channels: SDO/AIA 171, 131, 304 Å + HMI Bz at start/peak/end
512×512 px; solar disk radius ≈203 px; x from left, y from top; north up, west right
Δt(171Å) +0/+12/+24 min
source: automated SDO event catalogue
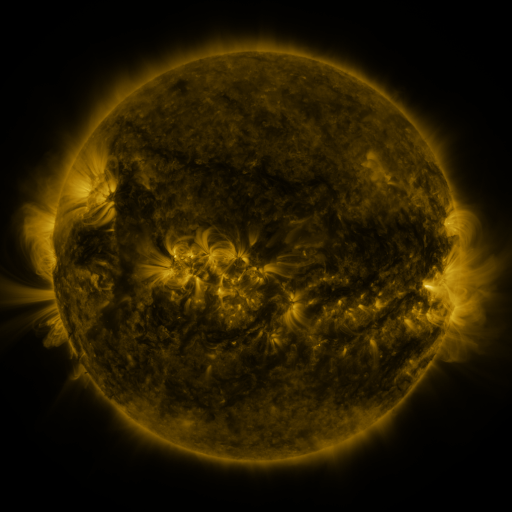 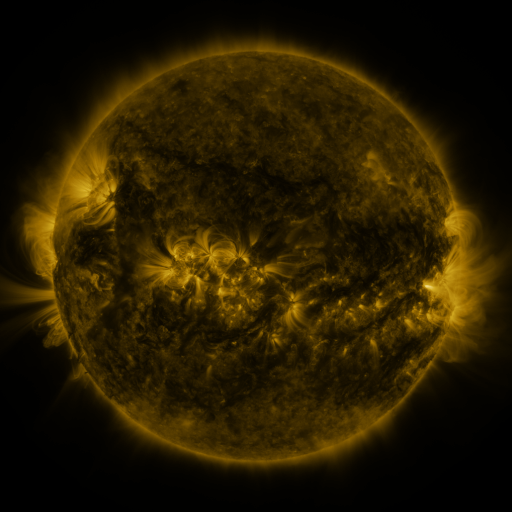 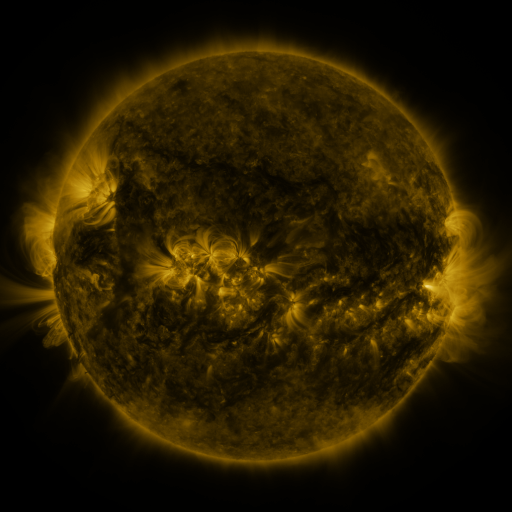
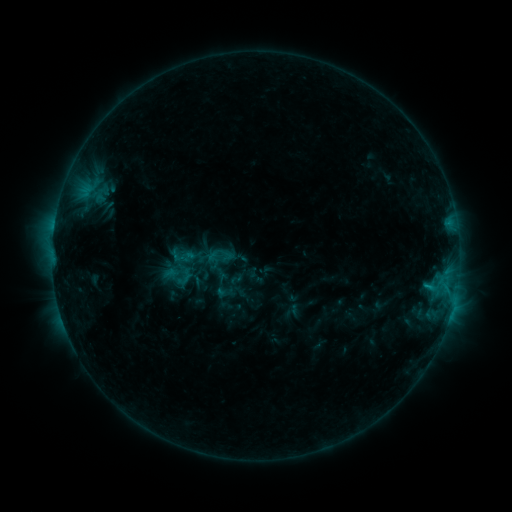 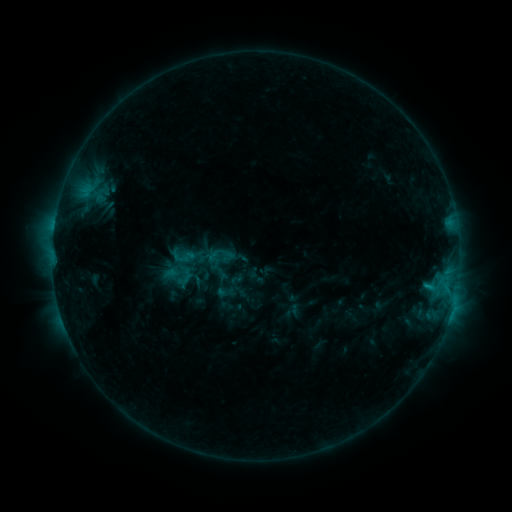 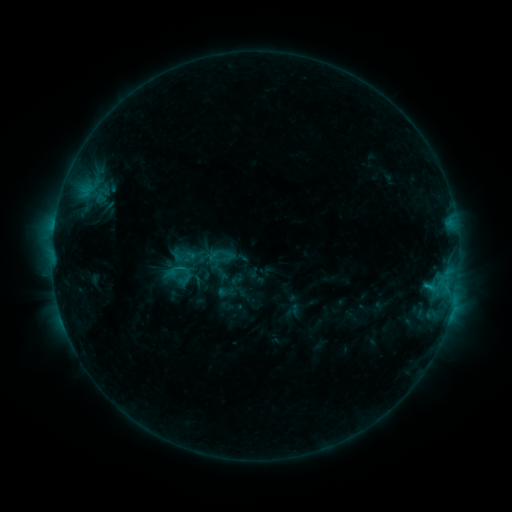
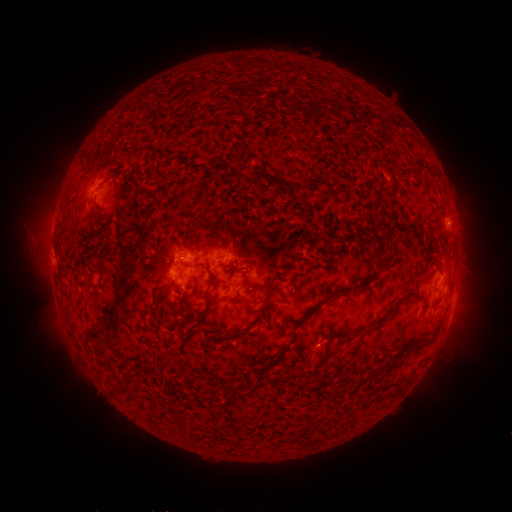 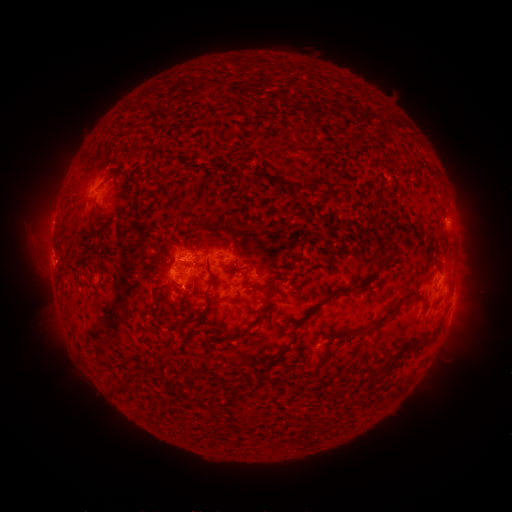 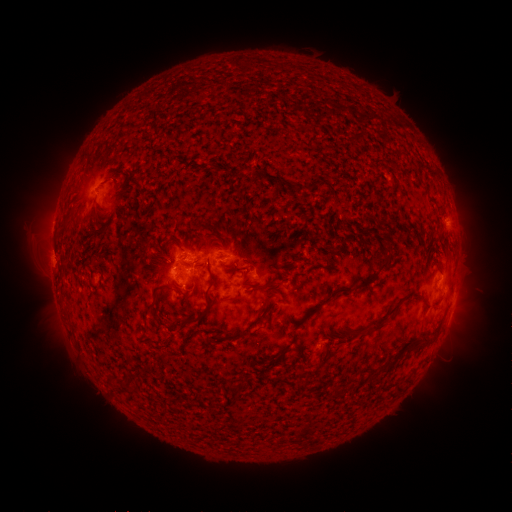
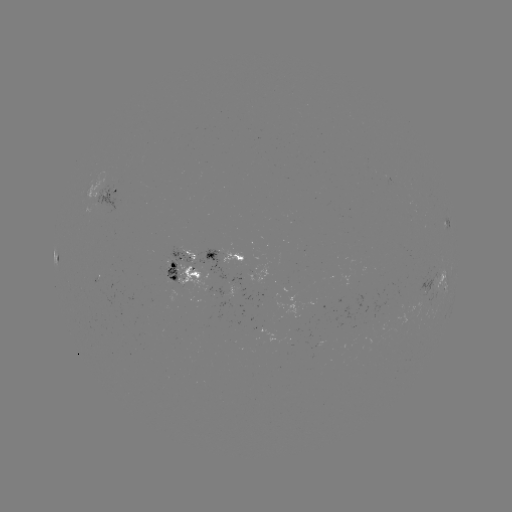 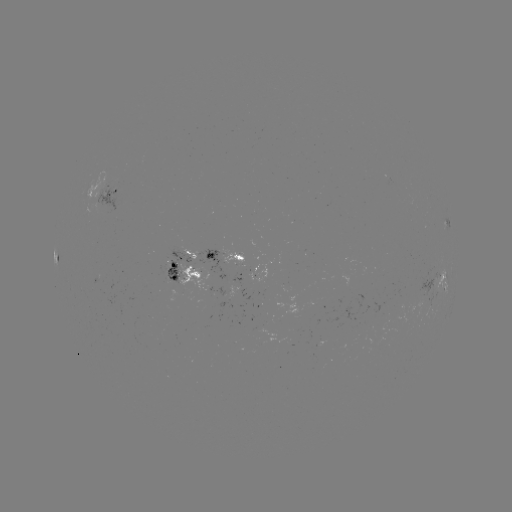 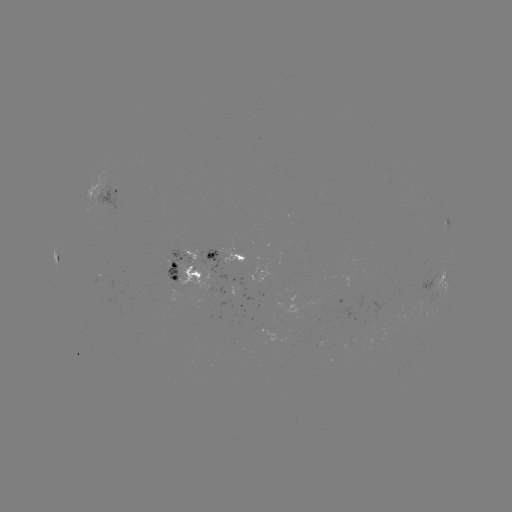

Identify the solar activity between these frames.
no catalogued flare and no flagged EUV brightening in this window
